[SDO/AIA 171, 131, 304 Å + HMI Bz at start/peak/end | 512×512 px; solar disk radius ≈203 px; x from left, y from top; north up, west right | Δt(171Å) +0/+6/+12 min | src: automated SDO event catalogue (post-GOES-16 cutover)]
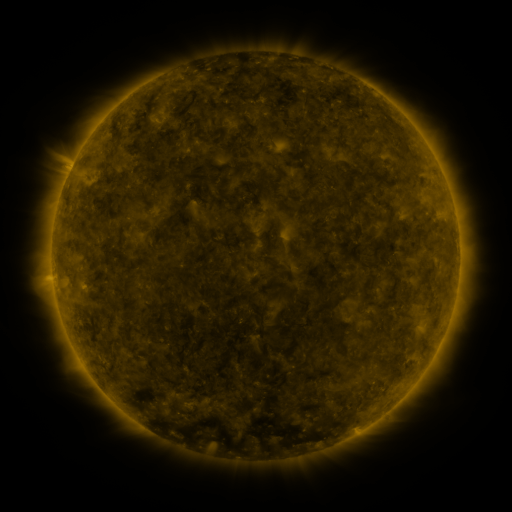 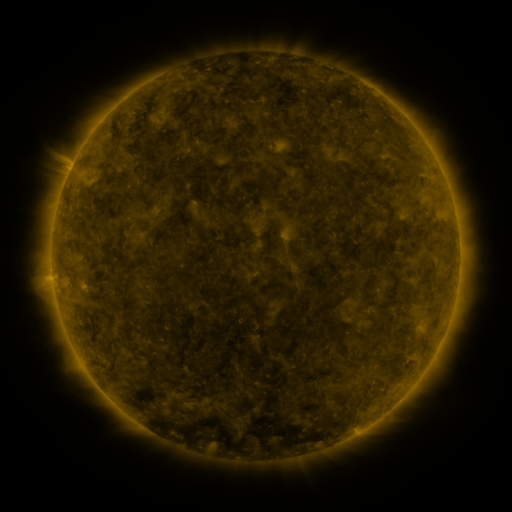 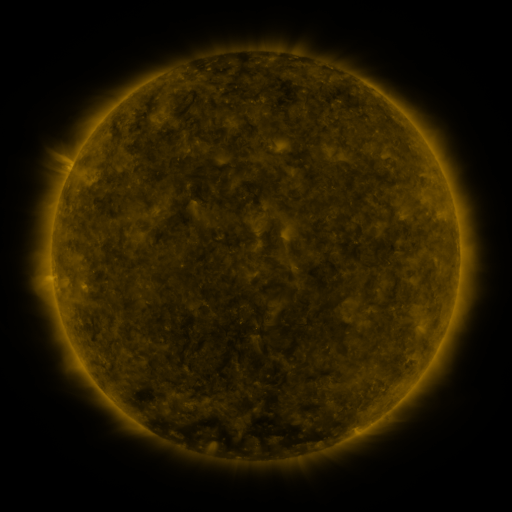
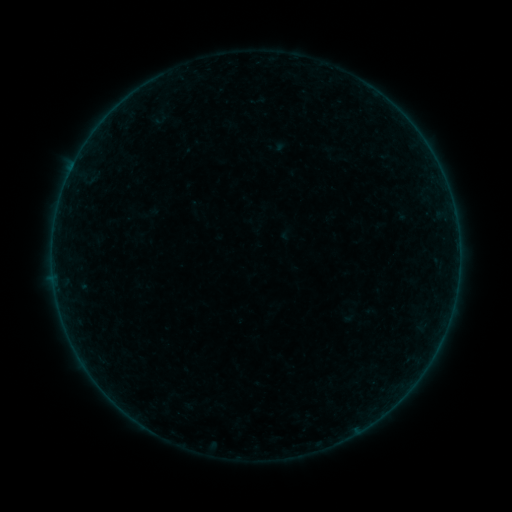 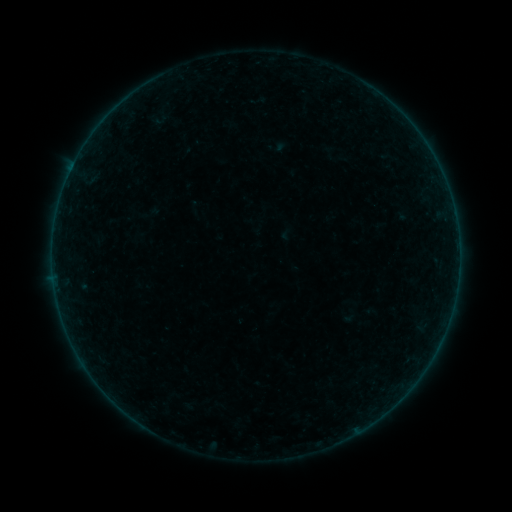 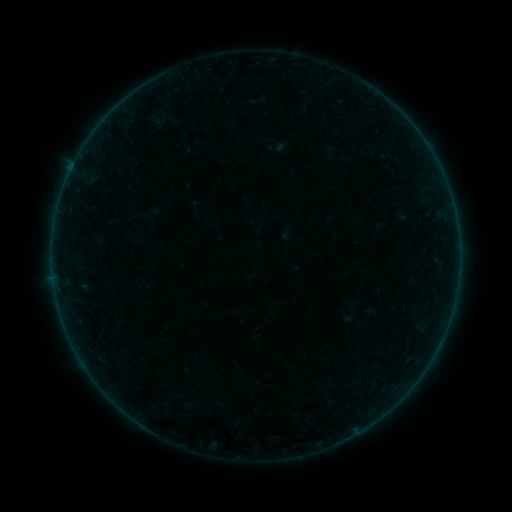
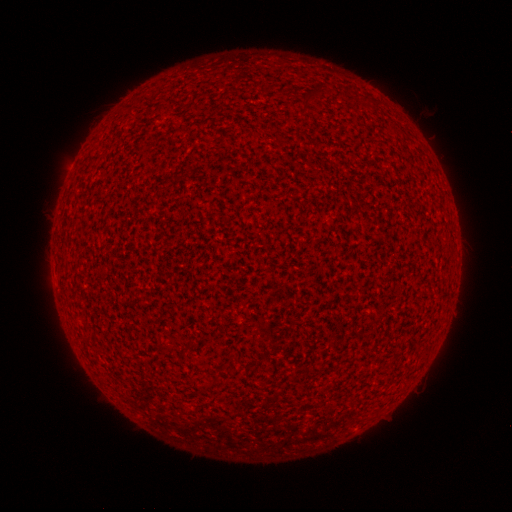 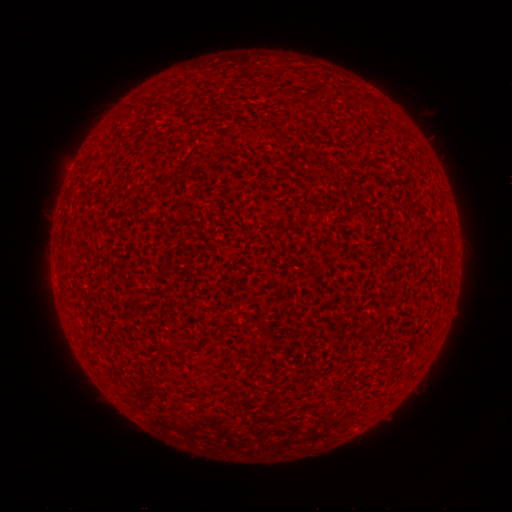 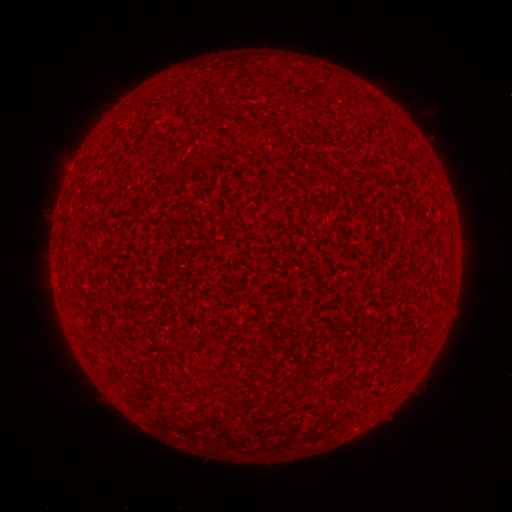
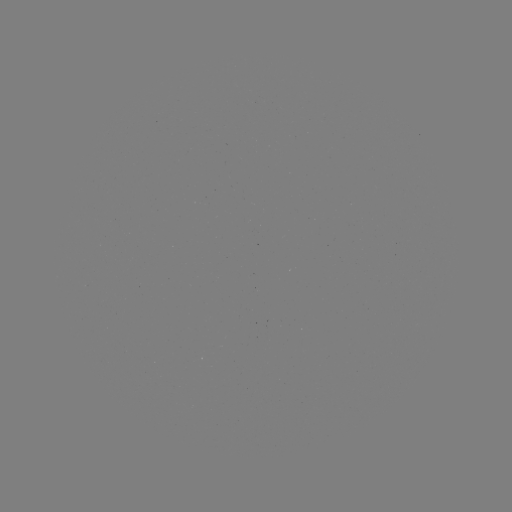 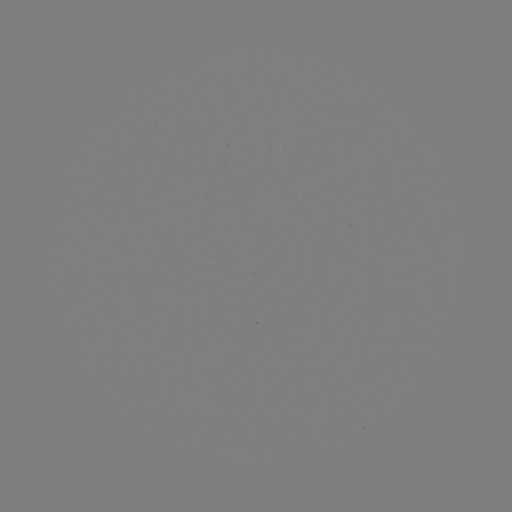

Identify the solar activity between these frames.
A7.7 flare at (70, 172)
